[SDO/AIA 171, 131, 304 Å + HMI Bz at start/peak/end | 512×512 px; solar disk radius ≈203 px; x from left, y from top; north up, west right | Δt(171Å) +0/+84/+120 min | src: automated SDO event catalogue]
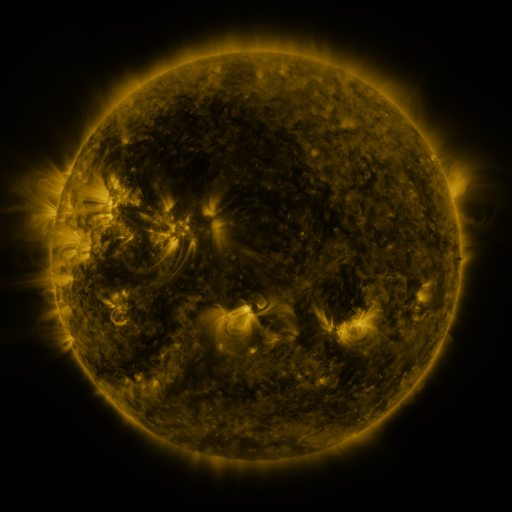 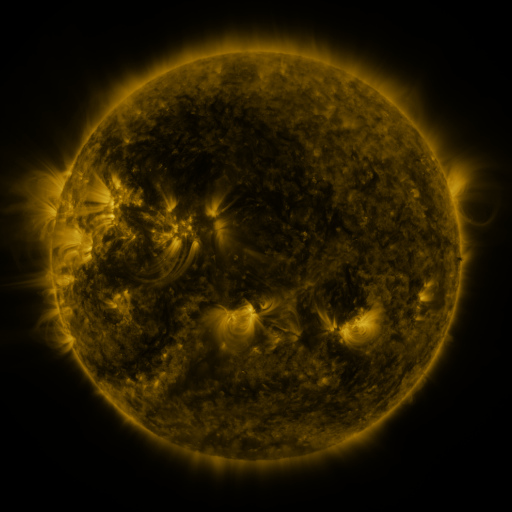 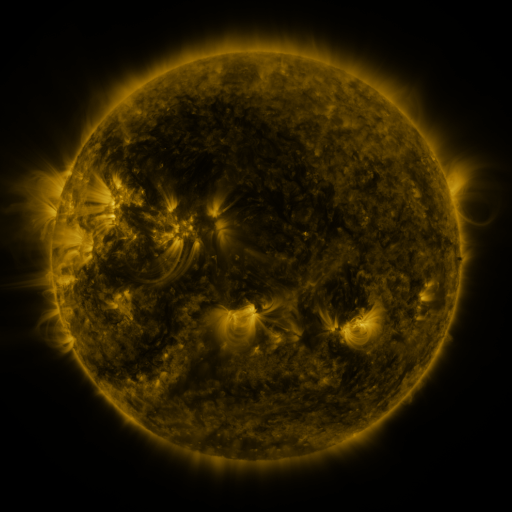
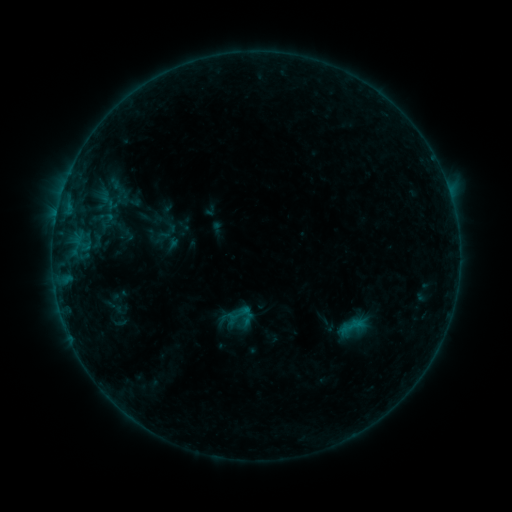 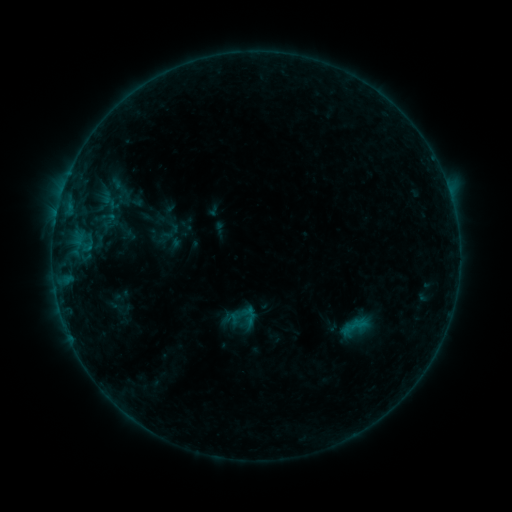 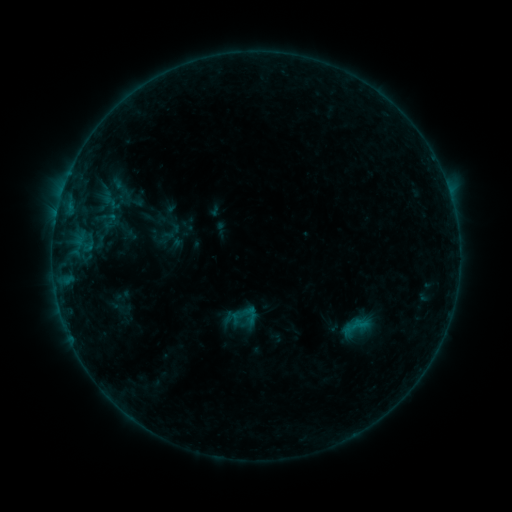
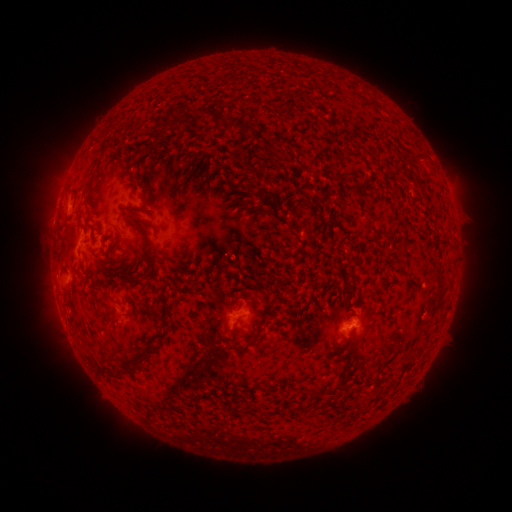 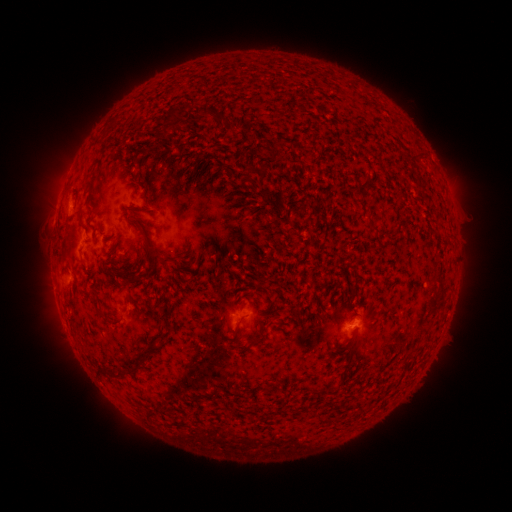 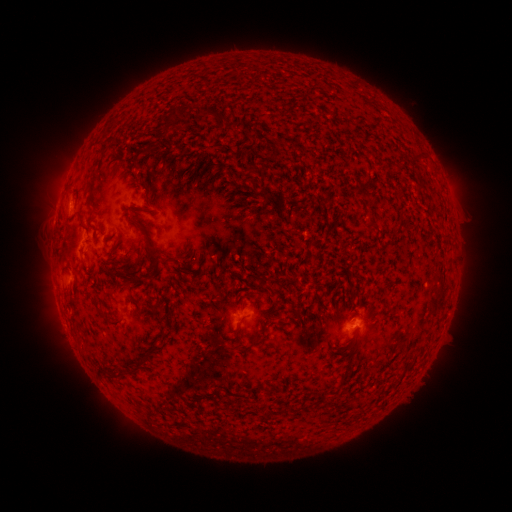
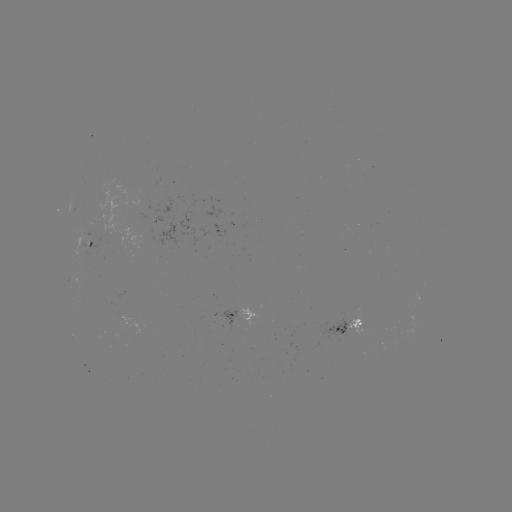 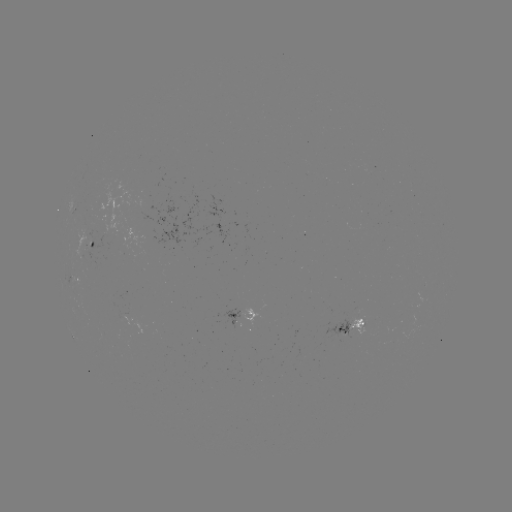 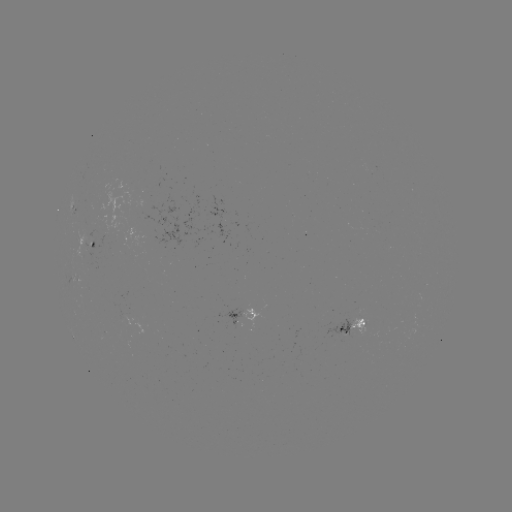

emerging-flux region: [210, 219, 228, 242]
